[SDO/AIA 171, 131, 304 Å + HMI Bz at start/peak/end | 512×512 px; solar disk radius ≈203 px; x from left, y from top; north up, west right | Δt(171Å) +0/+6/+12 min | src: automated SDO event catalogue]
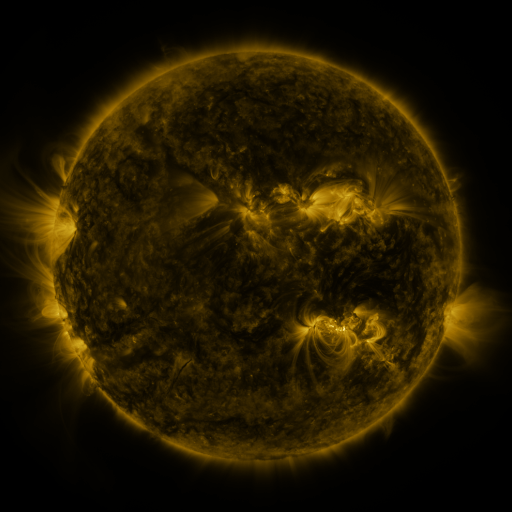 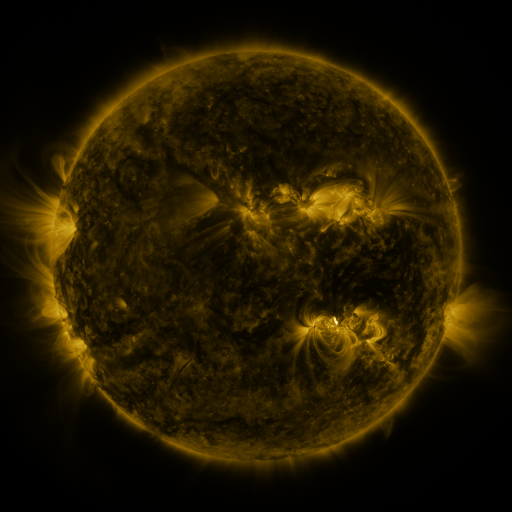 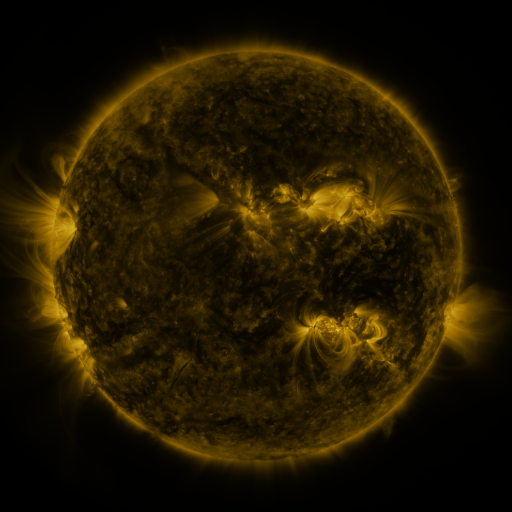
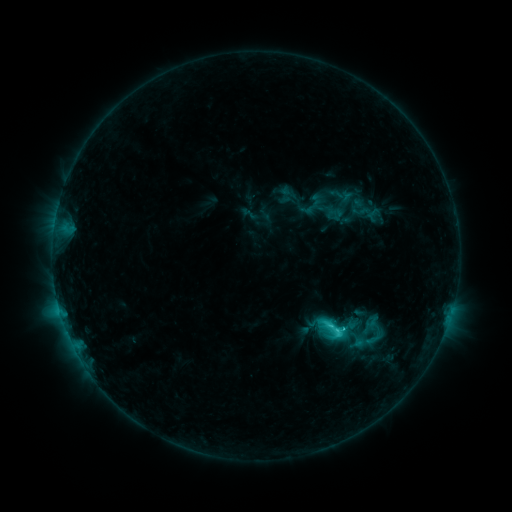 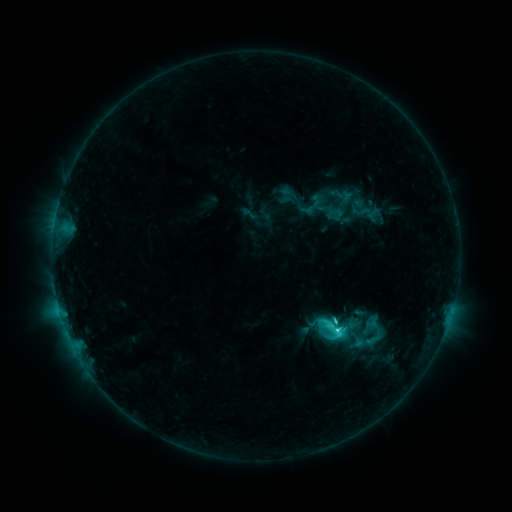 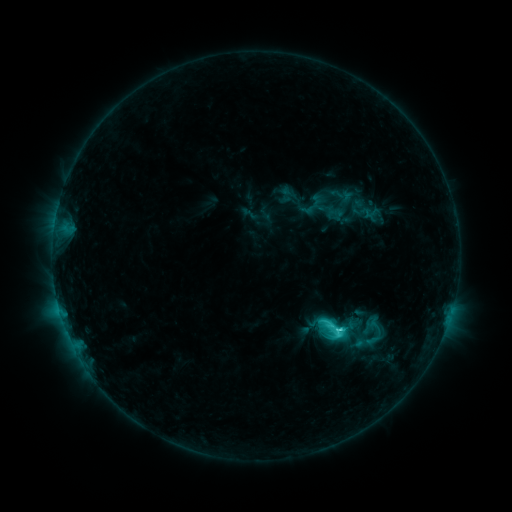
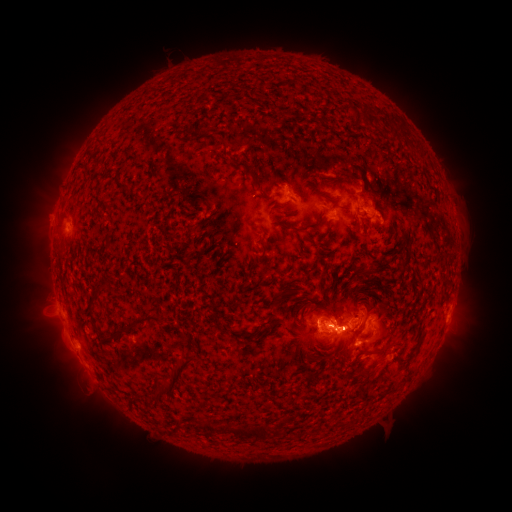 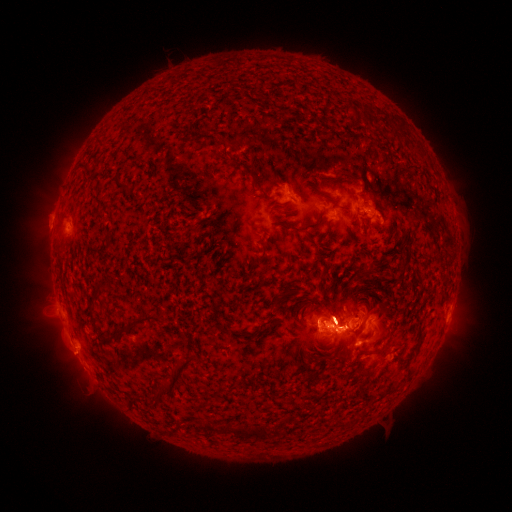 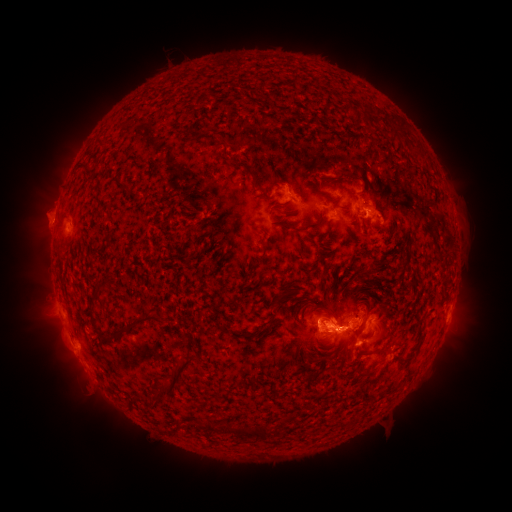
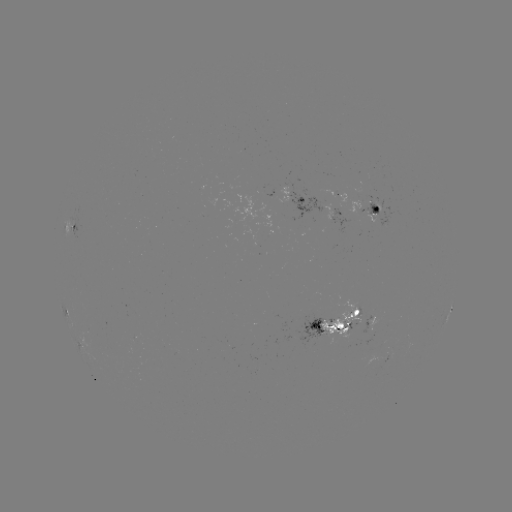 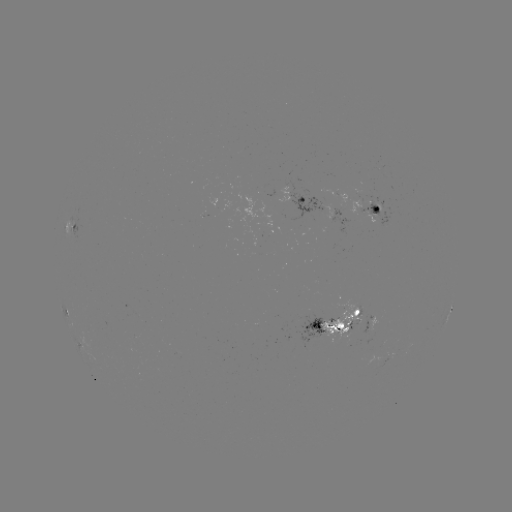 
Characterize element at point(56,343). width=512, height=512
eruption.